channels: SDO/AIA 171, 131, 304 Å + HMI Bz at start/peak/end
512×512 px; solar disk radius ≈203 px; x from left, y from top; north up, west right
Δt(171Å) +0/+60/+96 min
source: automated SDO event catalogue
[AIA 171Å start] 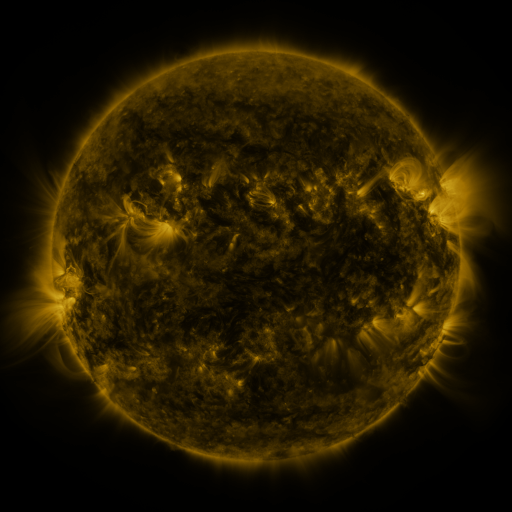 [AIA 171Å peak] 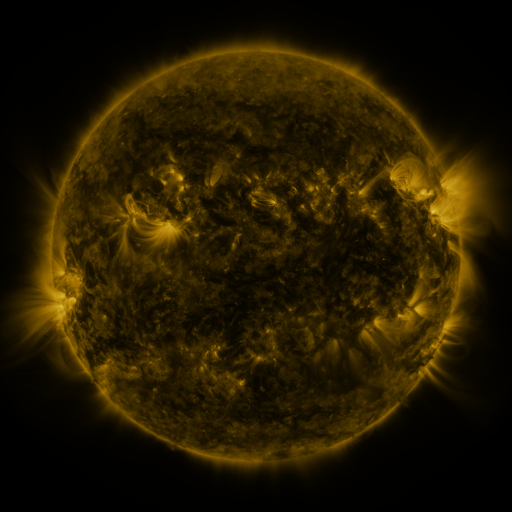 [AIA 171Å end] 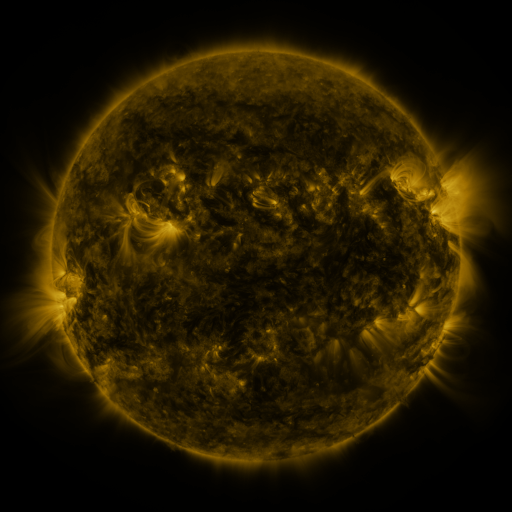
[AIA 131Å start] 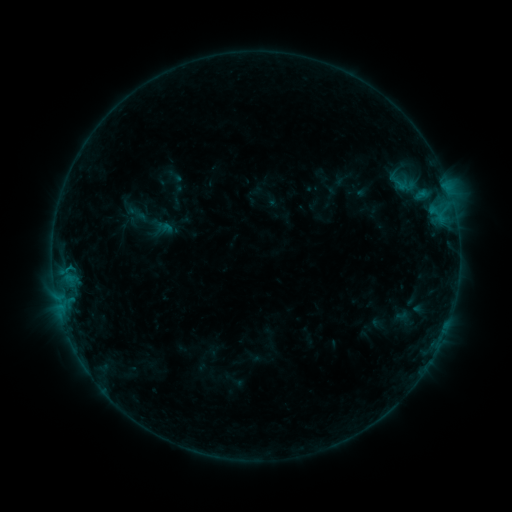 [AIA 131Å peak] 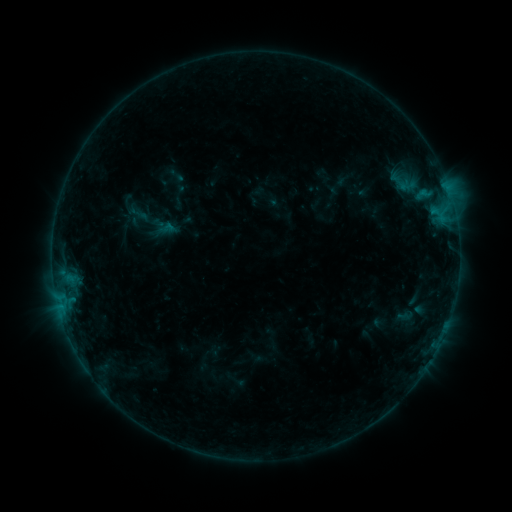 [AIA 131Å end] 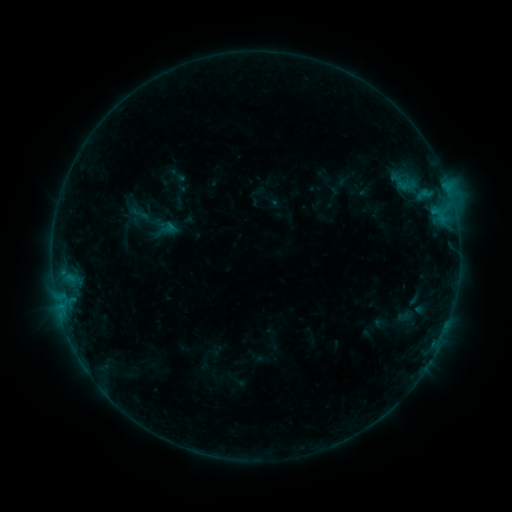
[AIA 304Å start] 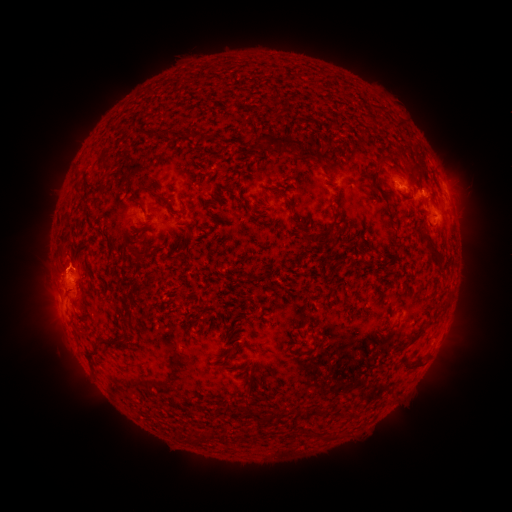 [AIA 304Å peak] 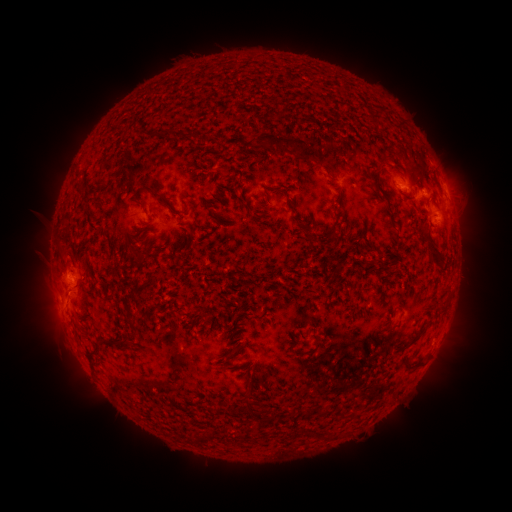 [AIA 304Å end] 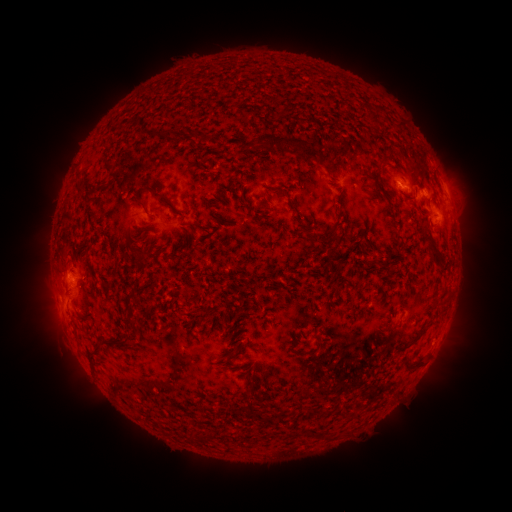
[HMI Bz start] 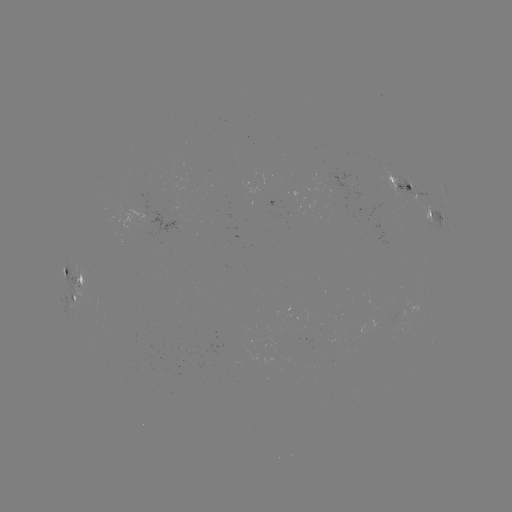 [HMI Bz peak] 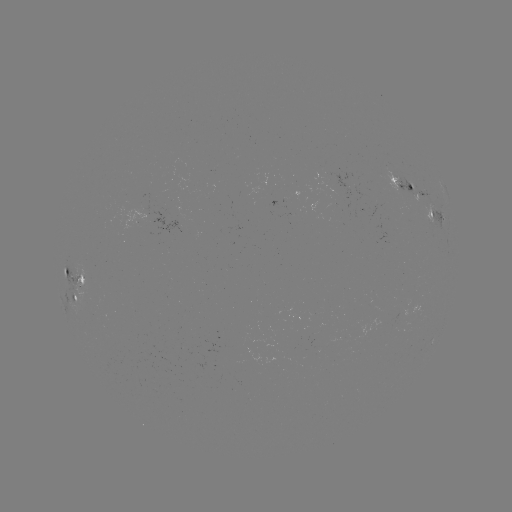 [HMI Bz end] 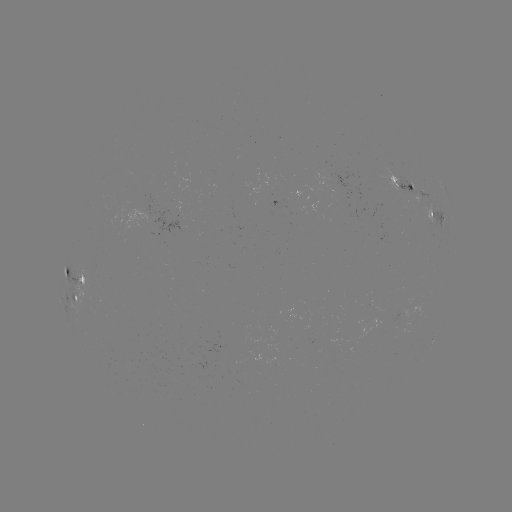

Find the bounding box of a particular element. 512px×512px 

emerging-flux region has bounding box [391, 176, 429, 199].